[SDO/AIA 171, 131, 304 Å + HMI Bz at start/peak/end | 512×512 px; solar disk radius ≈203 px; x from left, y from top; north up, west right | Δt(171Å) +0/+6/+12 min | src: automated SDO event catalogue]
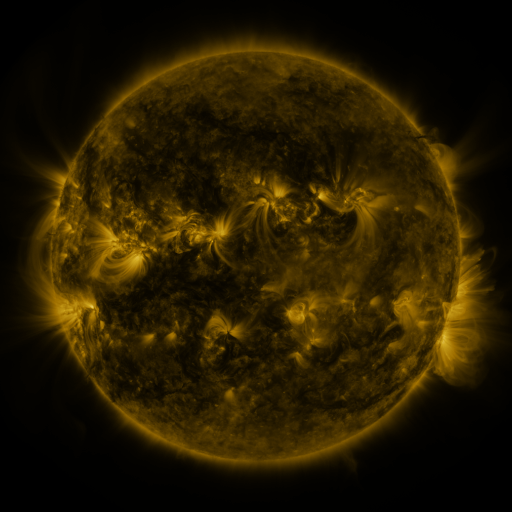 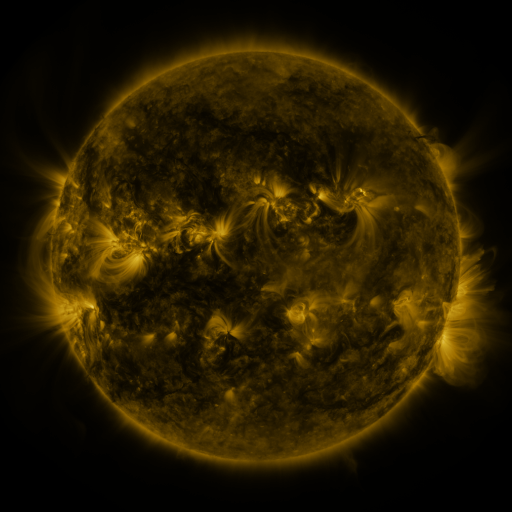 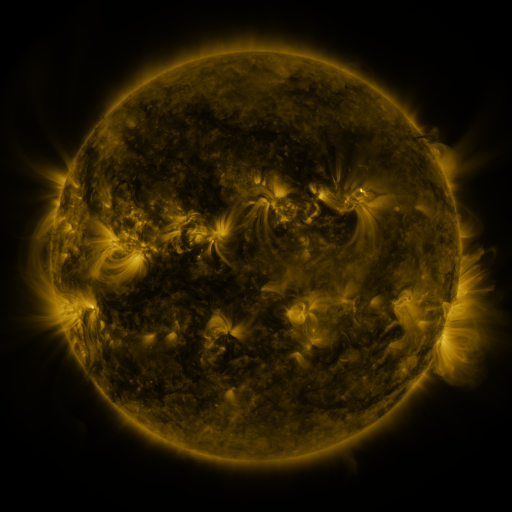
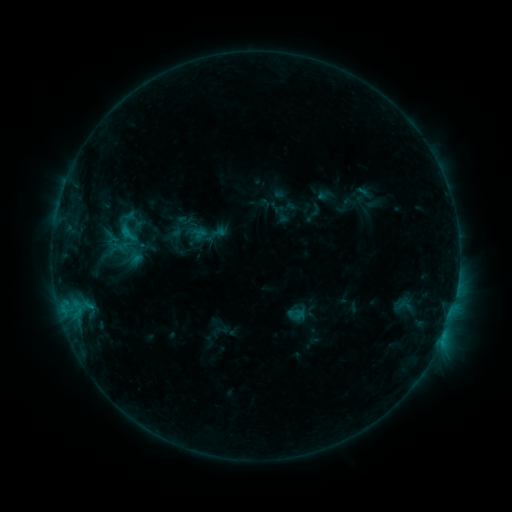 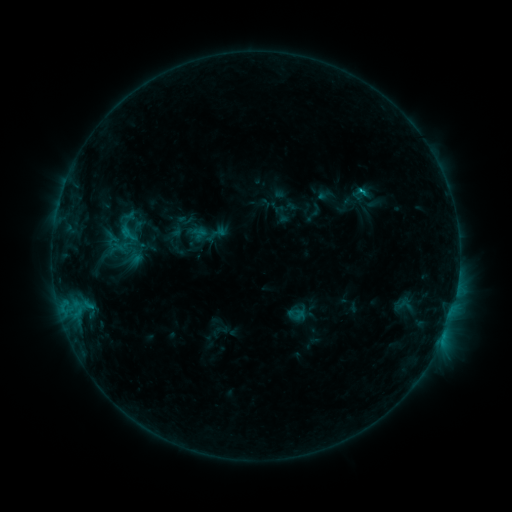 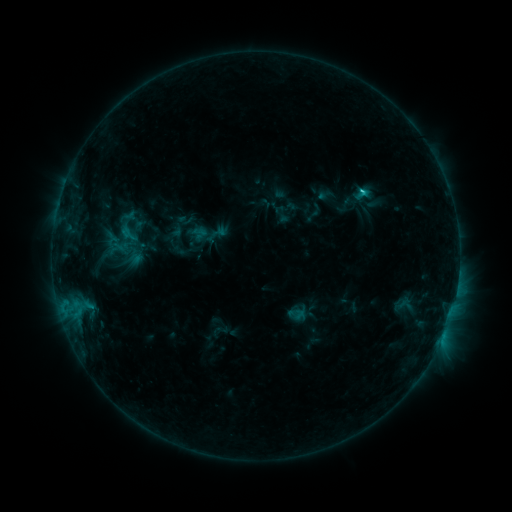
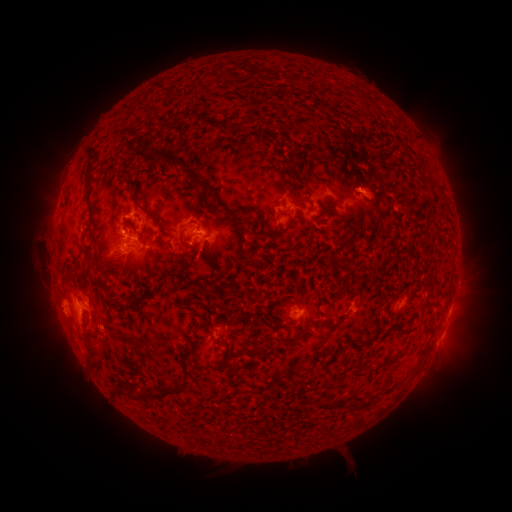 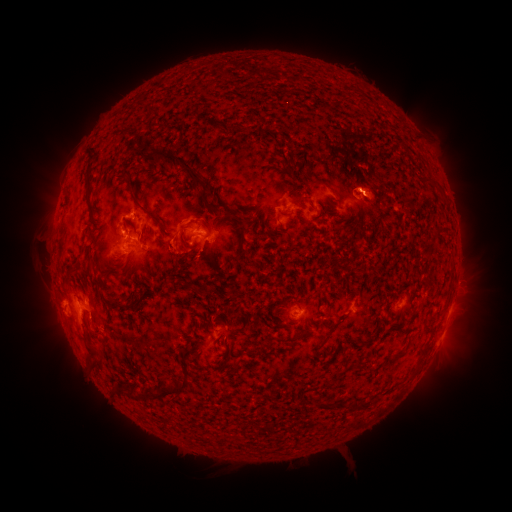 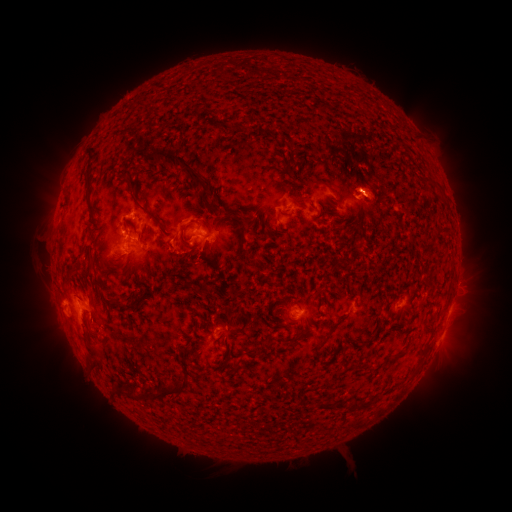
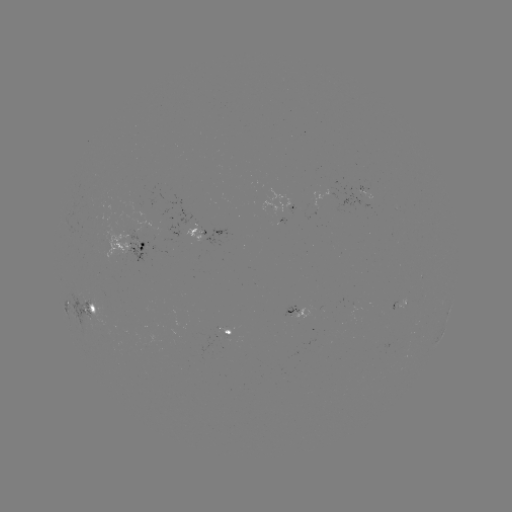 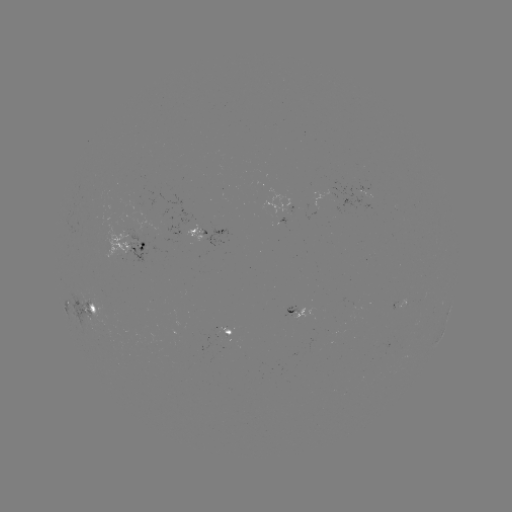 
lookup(C2.0 flare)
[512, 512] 361,194